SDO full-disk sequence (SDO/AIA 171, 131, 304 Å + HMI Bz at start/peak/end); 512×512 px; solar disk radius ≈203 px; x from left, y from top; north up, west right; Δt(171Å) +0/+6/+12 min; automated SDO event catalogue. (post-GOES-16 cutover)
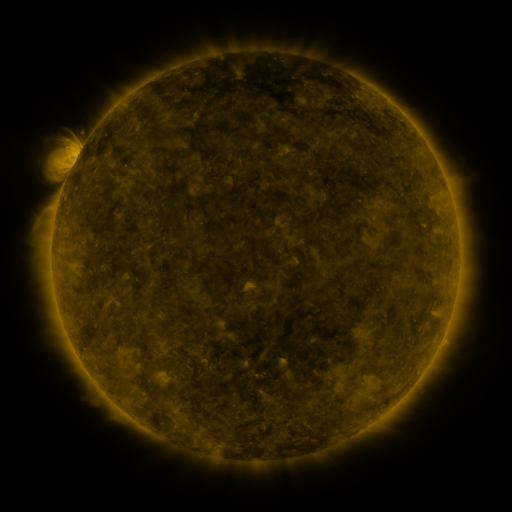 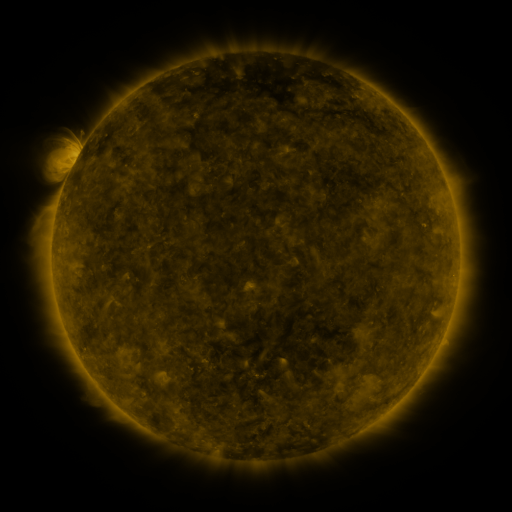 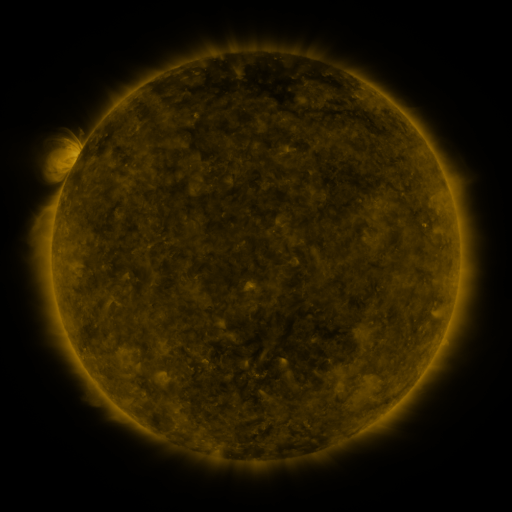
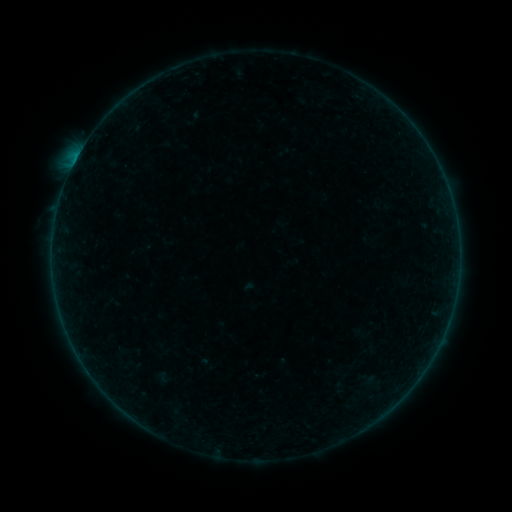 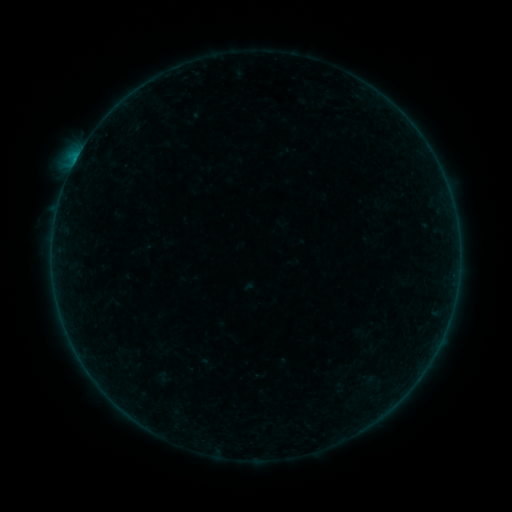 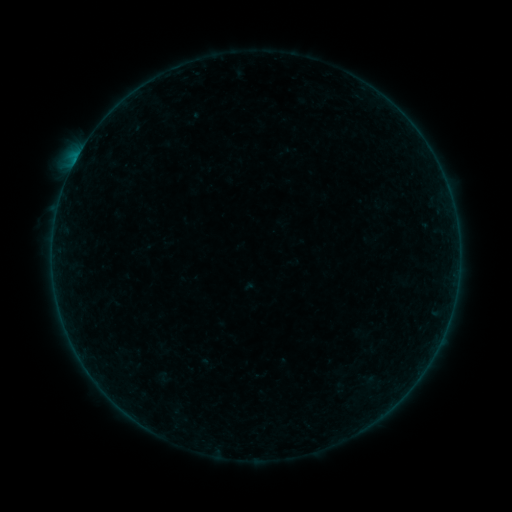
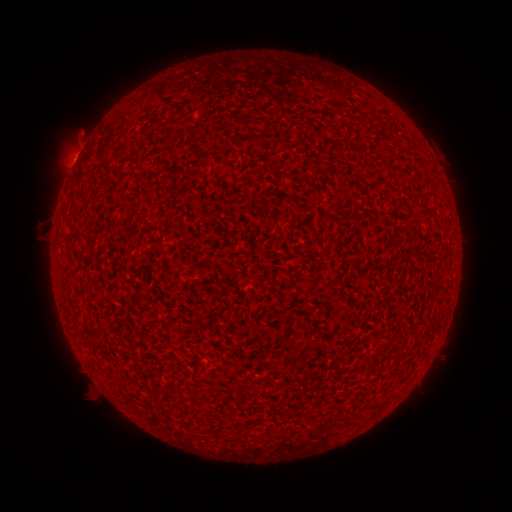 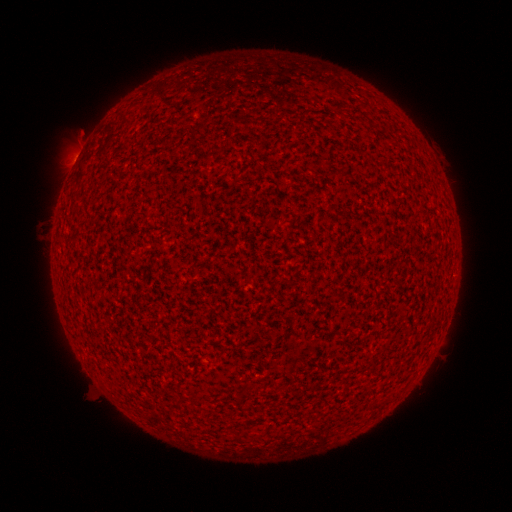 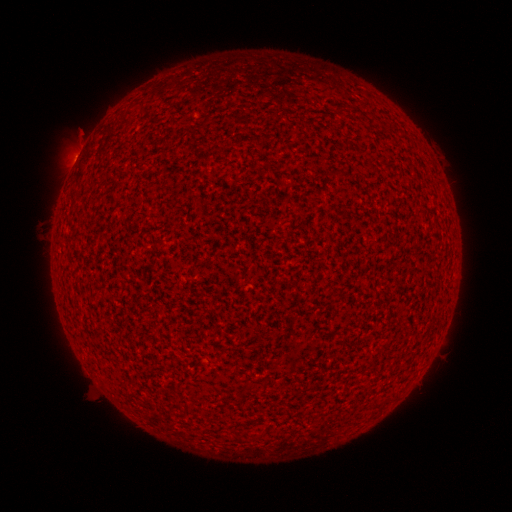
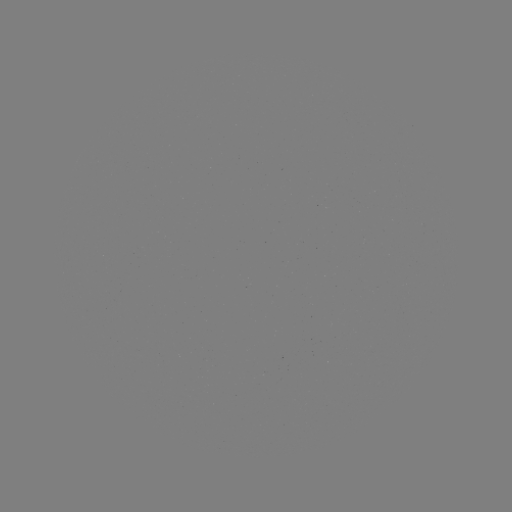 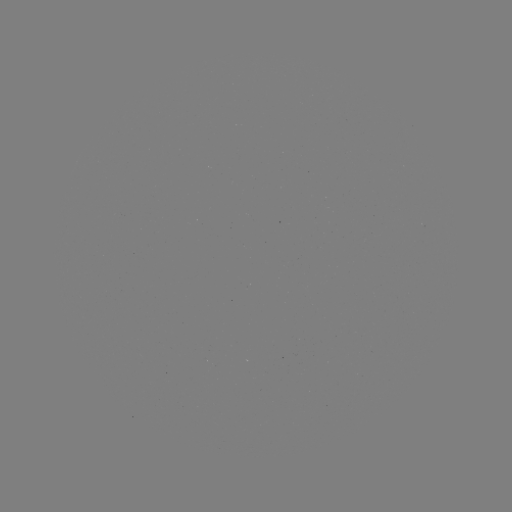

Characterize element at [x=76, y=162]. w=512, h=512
B2.6 flare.